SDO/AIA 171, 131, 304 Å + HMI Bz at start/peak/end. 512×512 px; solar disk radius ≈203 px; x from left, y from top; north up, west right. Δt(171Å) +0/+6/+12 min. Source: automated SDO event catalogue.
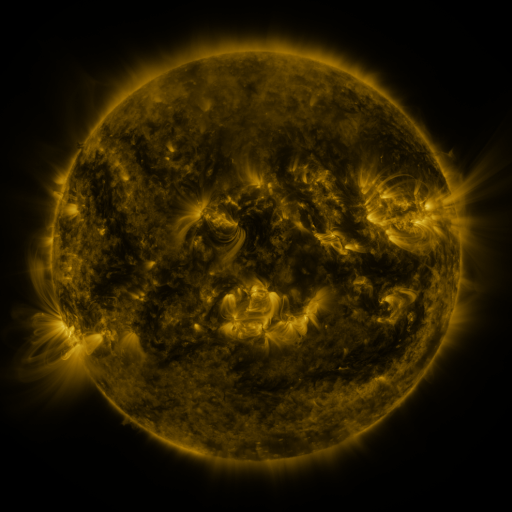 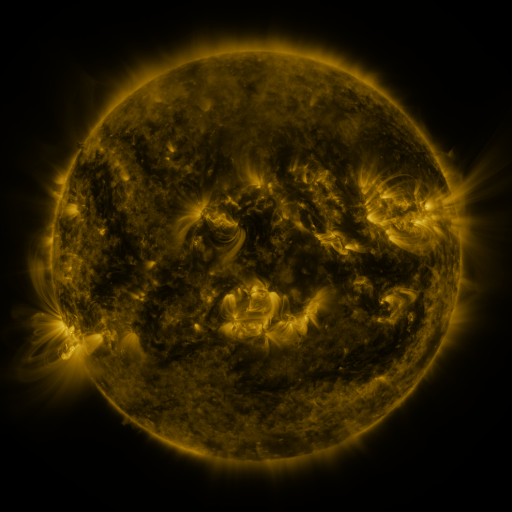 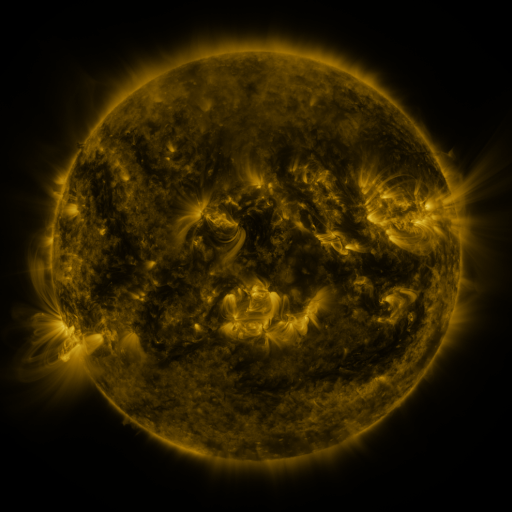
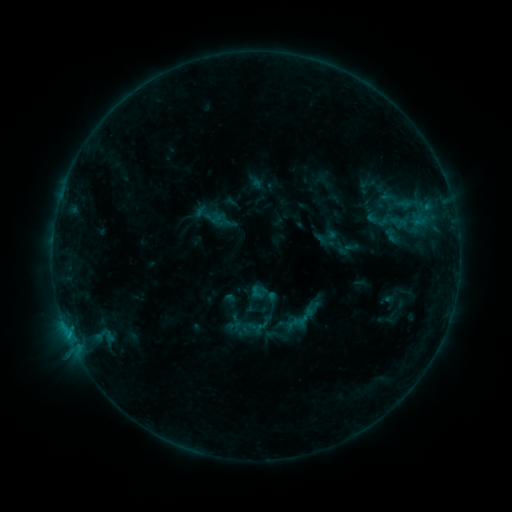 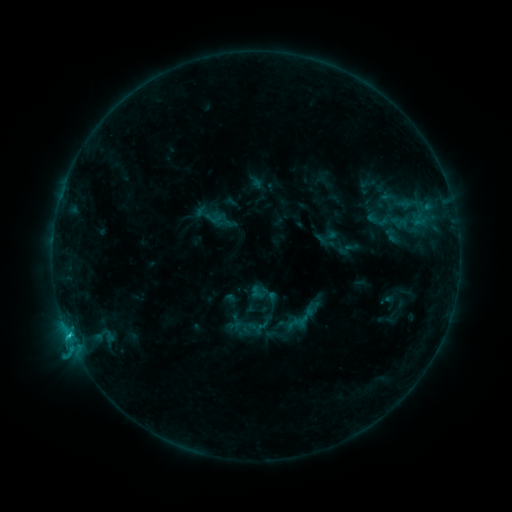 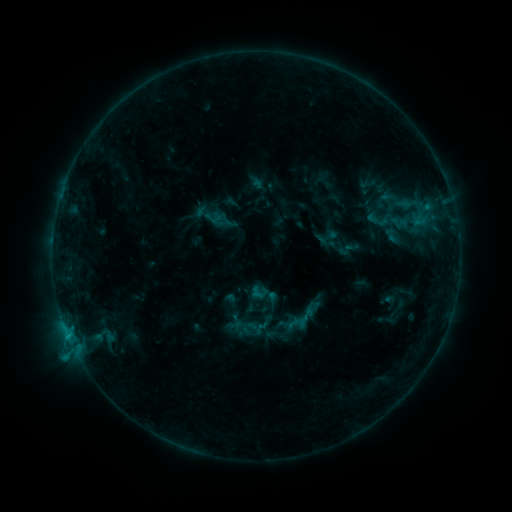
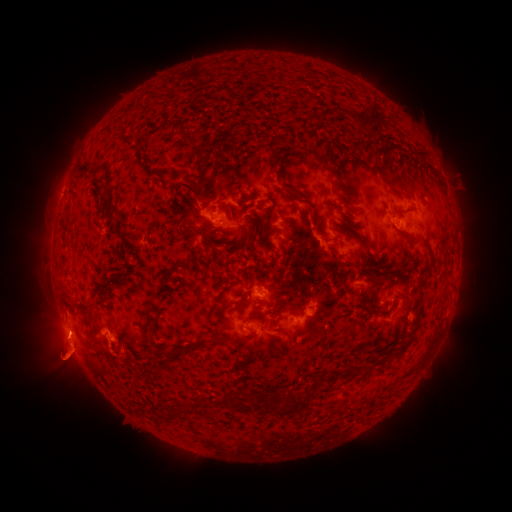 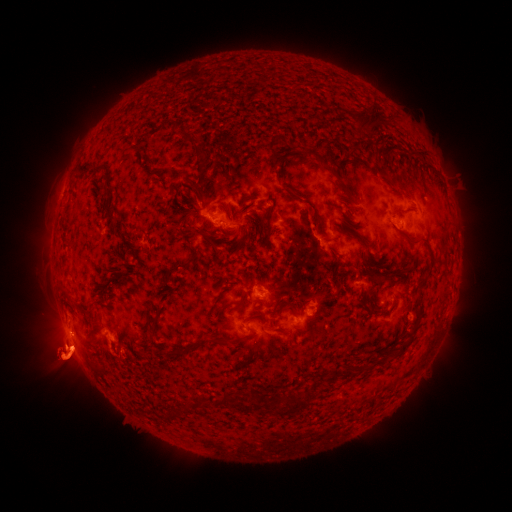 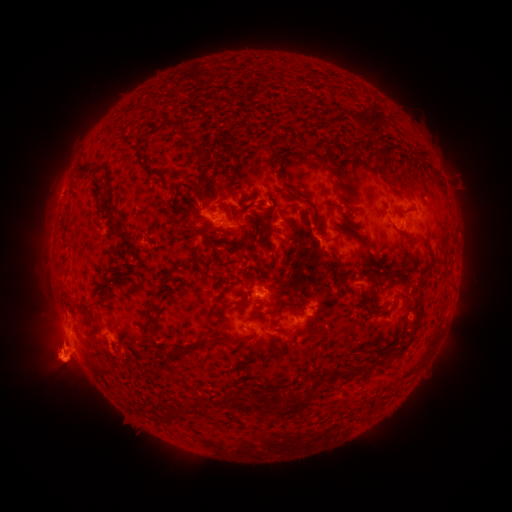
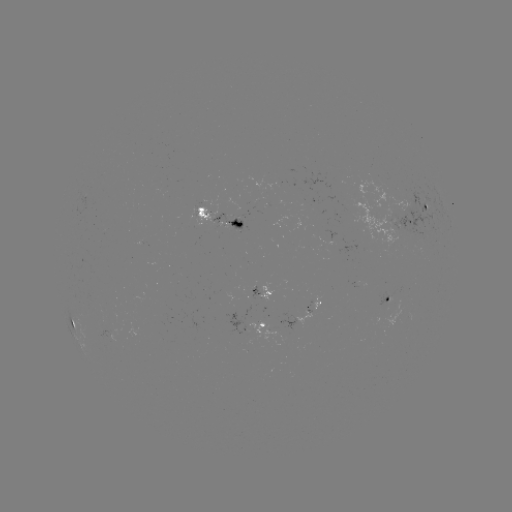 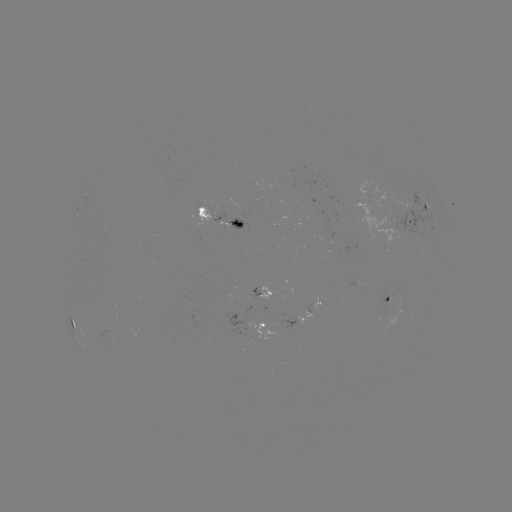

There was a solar flare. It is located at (70, 334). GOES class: C1.0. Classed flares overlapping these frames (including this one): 1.